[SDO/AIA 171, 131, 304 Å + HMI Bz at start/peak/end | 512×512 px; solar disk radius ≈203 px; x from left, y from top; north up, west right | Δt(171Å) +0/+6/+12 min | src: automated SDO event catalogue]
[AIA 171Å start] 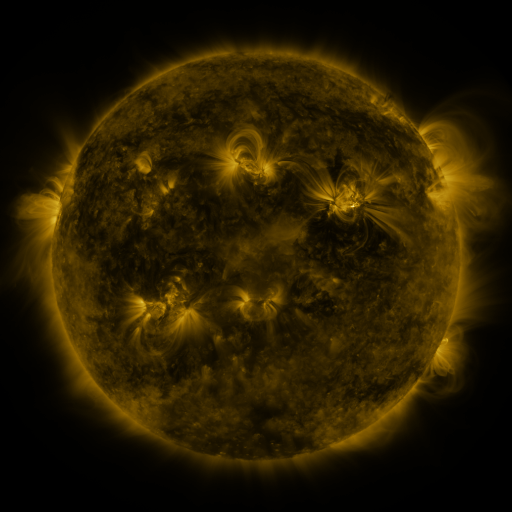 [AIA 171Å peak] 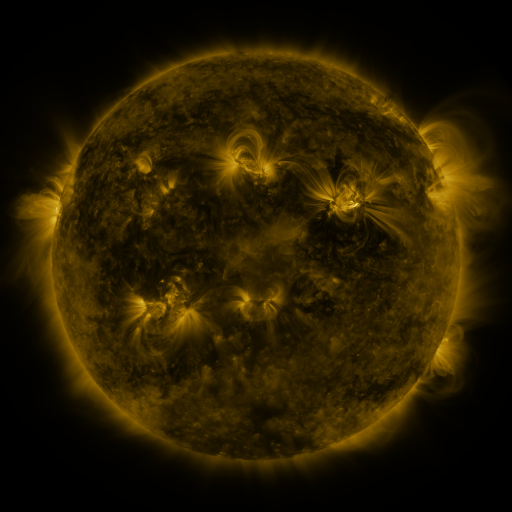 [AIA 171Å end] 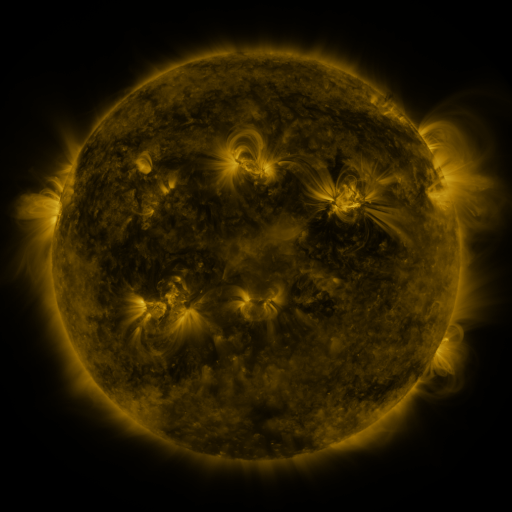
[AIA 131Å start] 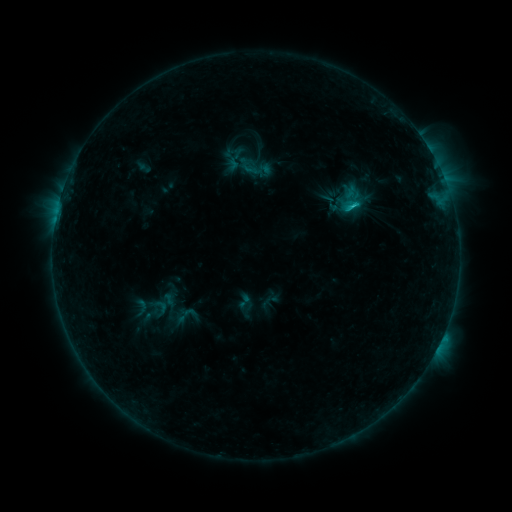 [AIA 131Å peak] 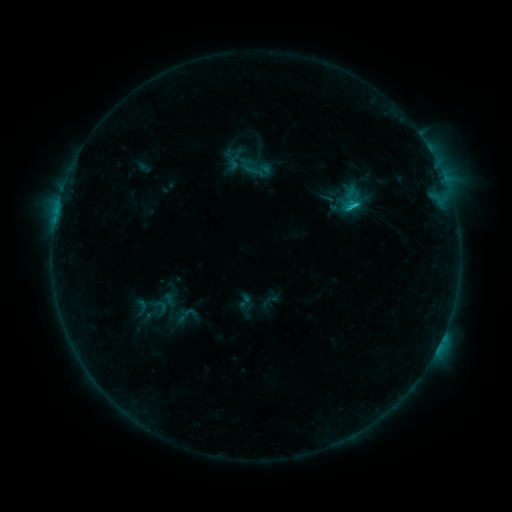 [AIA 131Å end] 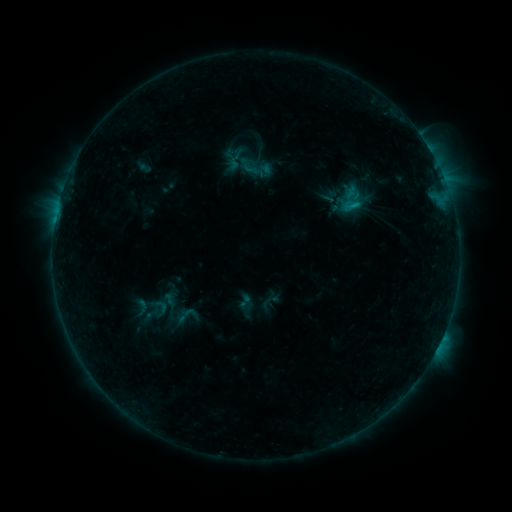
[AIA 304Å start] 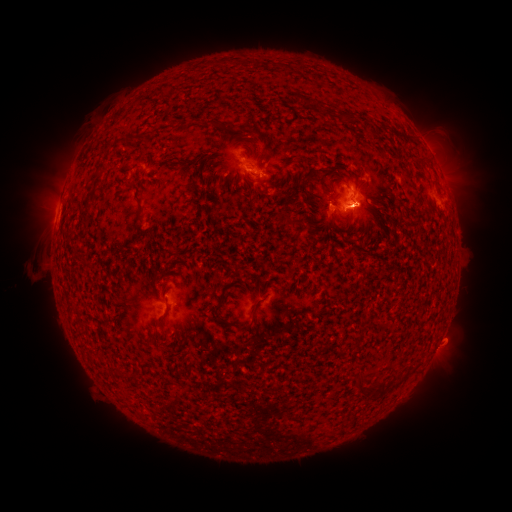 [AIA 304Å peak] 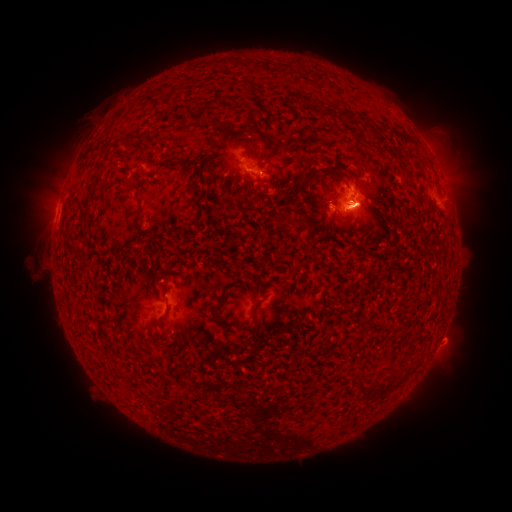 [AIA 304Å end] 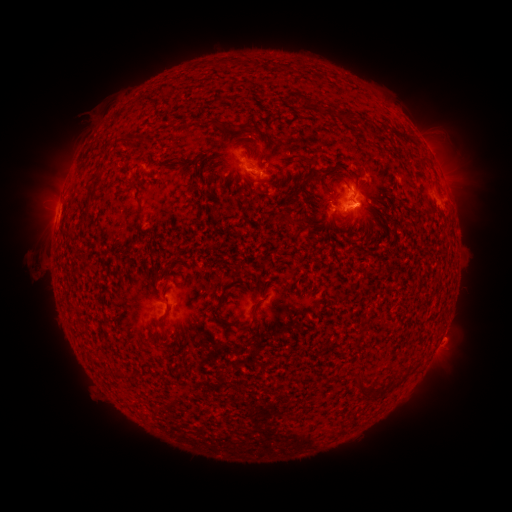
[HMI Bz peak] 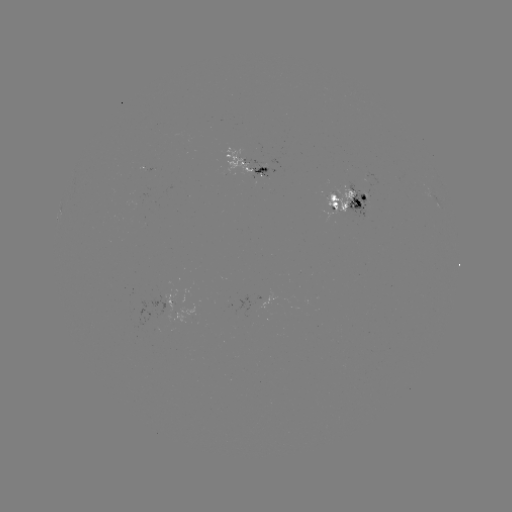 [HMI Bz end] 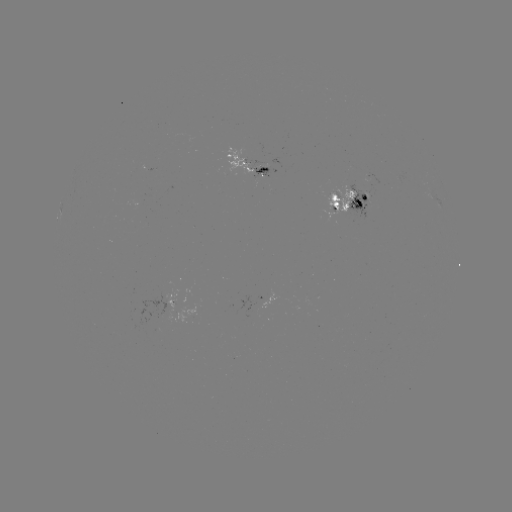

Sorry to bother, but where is eruption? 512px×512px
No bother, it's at (440, 363).